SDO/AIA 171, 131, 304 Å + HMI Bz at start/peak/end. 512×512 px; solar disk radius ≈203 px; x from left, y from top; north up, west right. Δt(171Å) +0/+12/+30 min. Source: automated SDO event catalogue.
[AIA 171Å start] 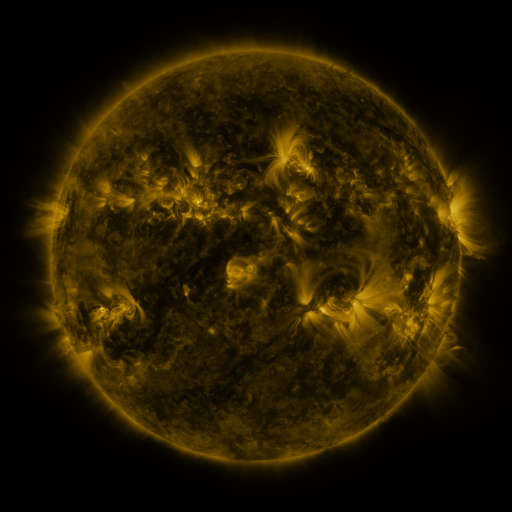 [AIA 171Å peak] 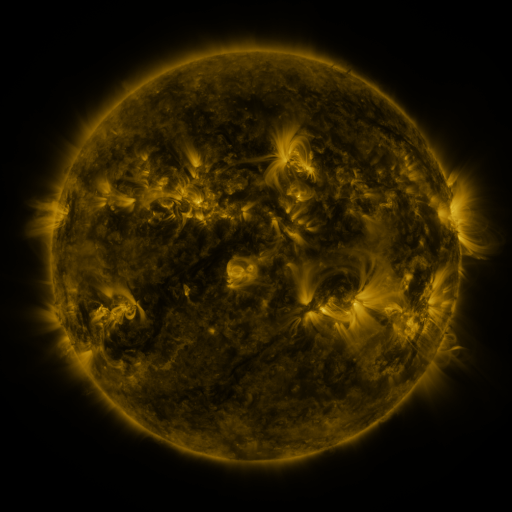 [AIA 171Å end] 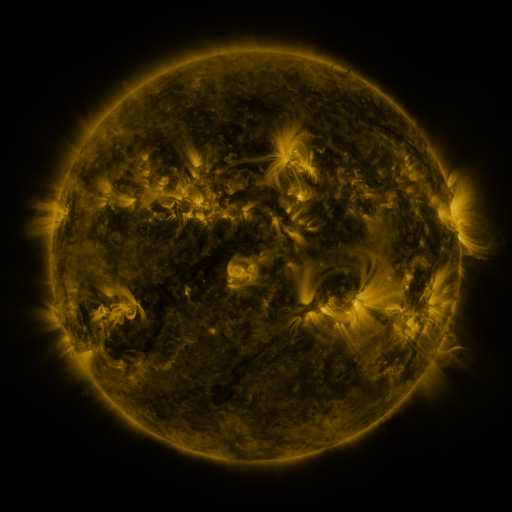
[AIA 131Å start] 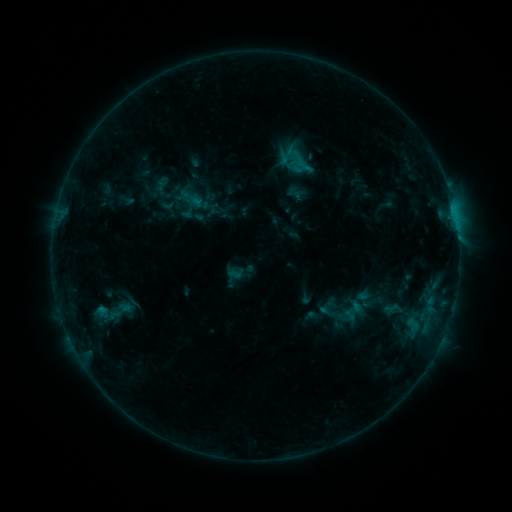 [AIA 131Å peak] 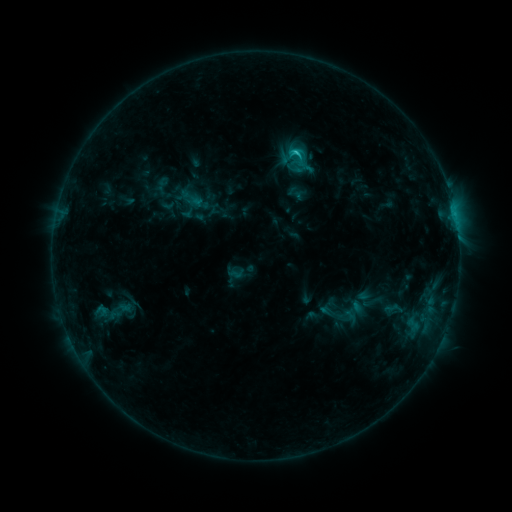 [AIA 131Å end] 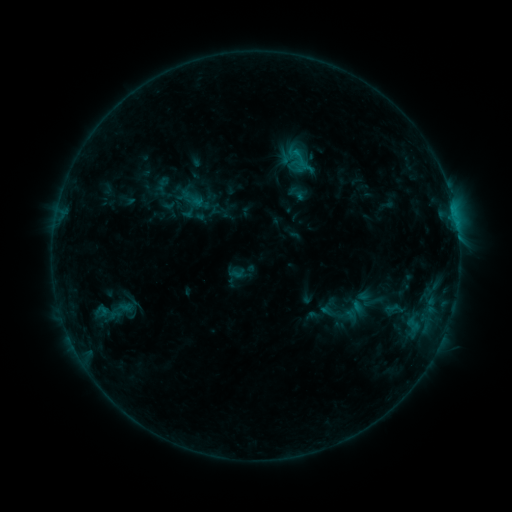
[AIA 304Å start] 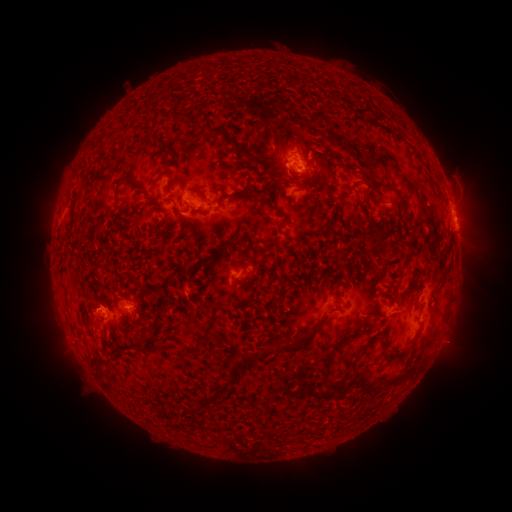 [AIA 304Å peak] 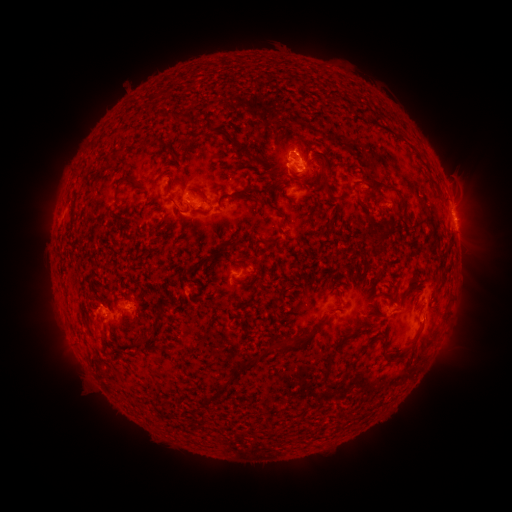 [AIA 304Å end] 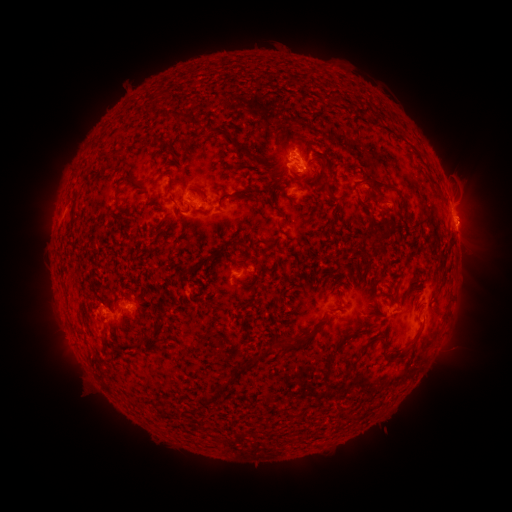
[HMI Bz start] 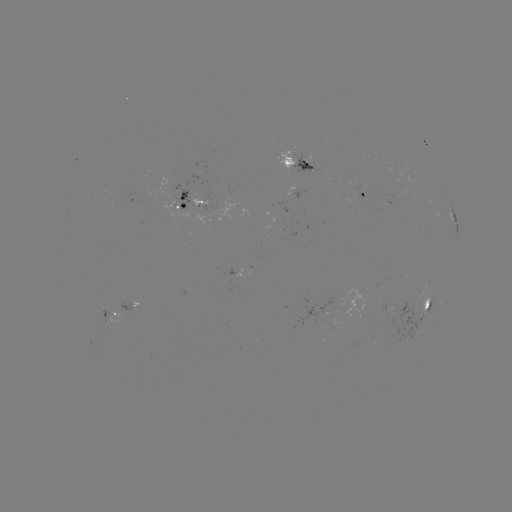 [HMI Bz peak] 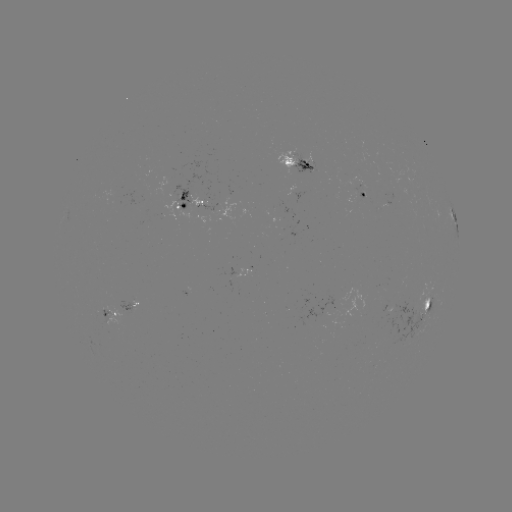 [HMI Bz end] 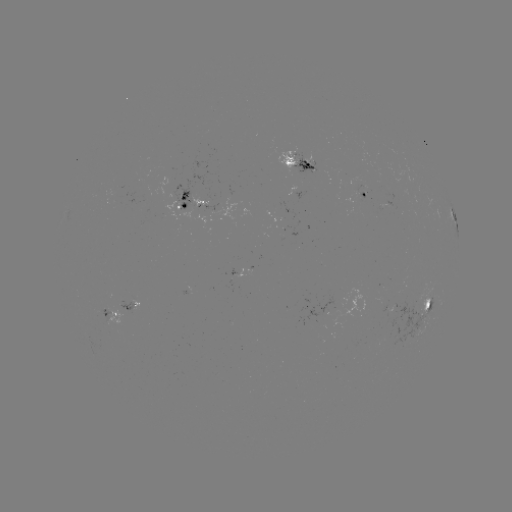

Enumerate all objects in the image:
C1.5 flare: (294, 154)
